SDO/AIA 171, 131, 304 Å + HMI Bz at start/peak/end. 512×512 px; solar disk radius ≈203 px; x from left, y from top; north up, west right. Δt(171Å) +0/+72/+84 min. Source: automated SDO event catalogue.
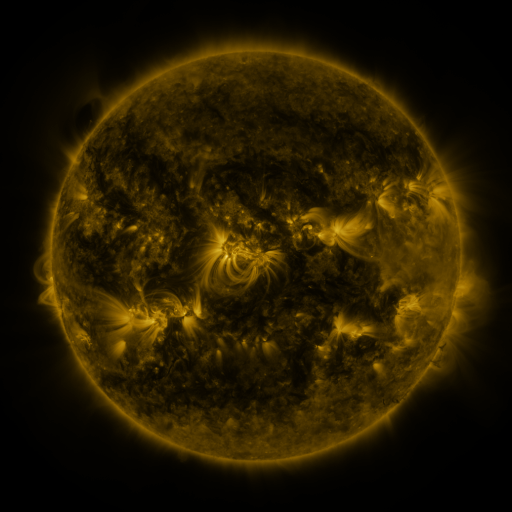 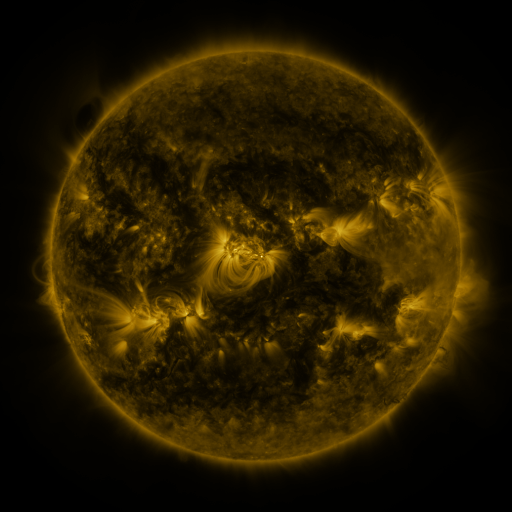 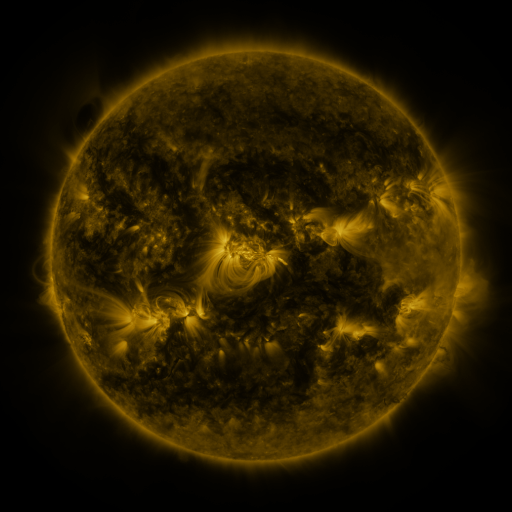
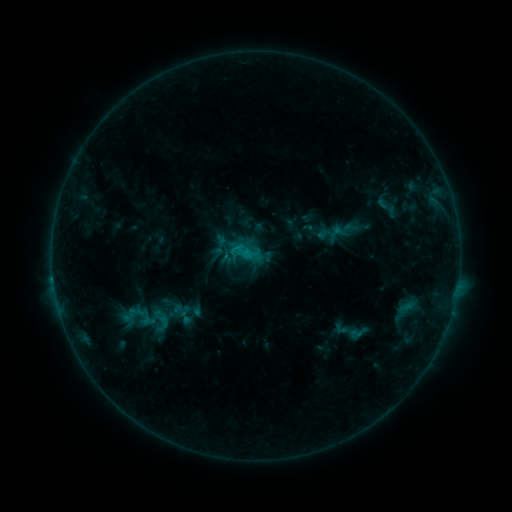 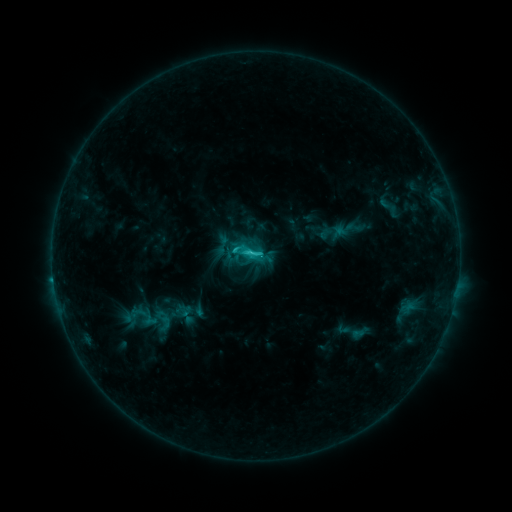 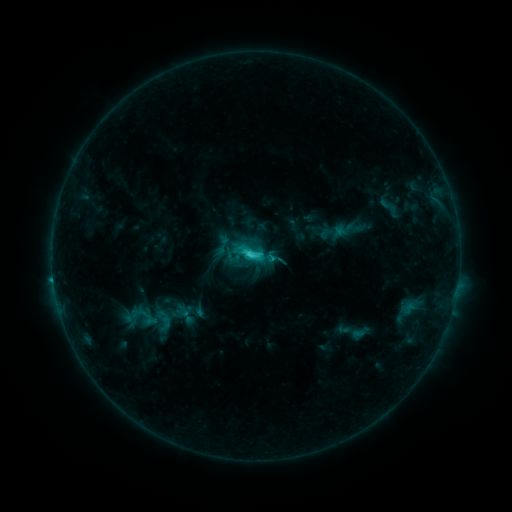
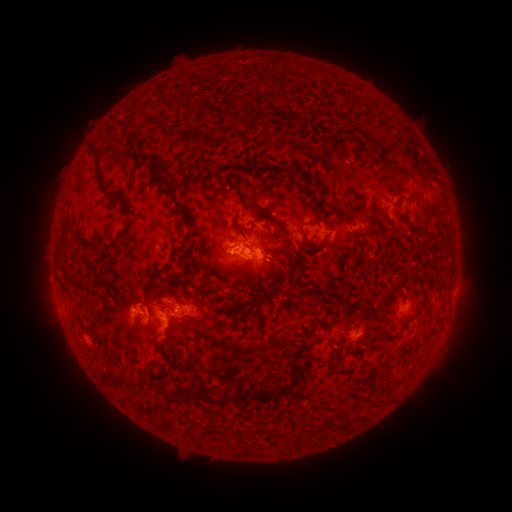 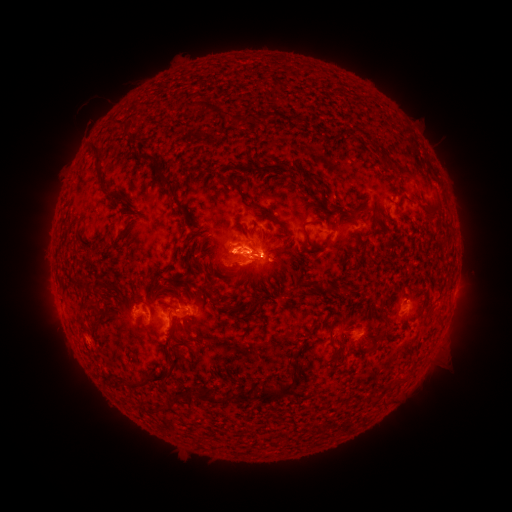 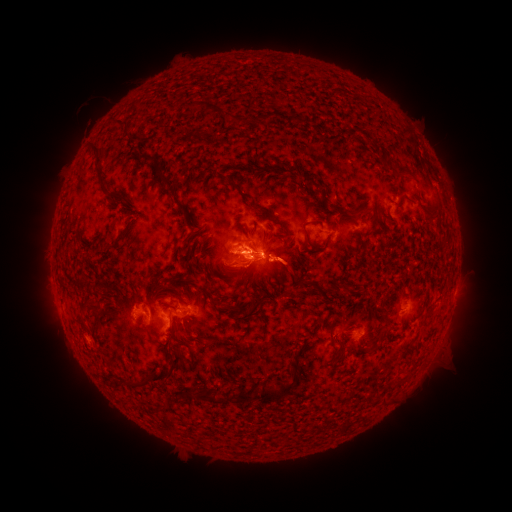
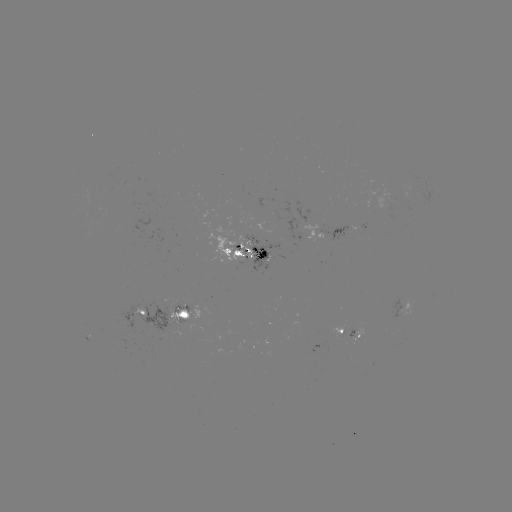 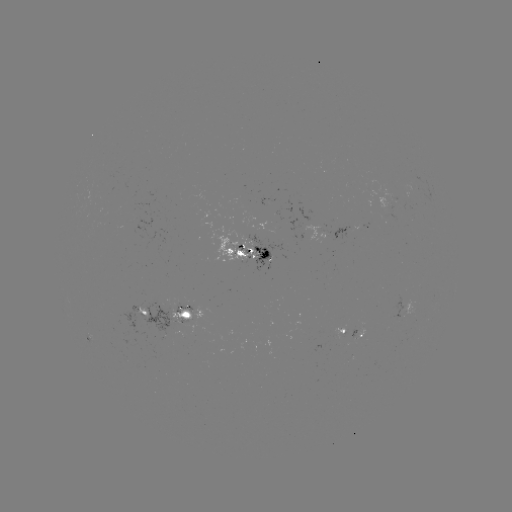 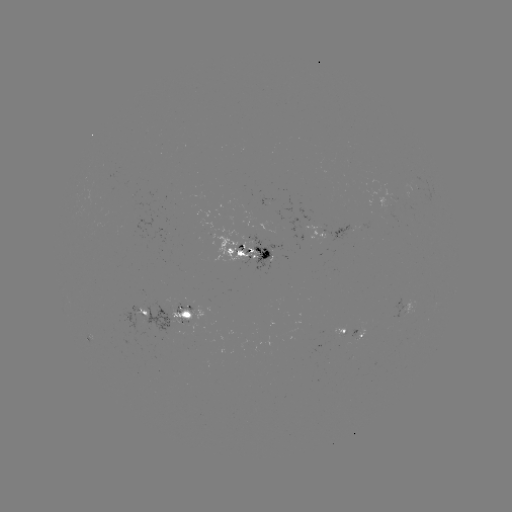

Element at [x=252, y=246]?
emerging-flux region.